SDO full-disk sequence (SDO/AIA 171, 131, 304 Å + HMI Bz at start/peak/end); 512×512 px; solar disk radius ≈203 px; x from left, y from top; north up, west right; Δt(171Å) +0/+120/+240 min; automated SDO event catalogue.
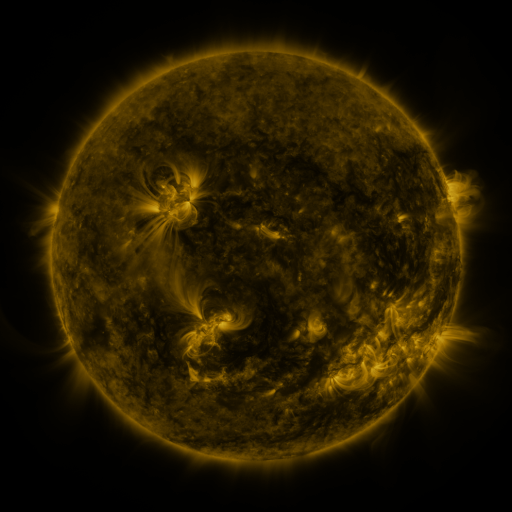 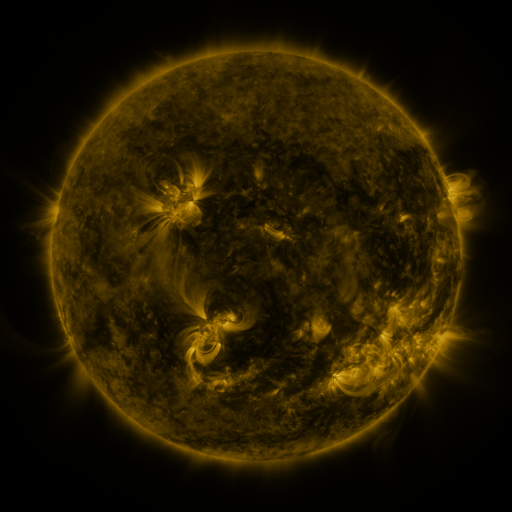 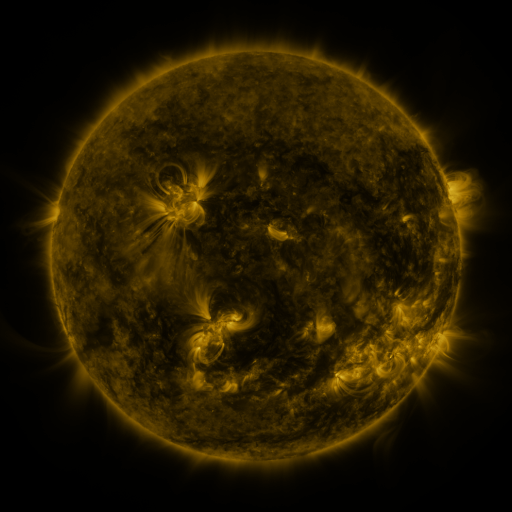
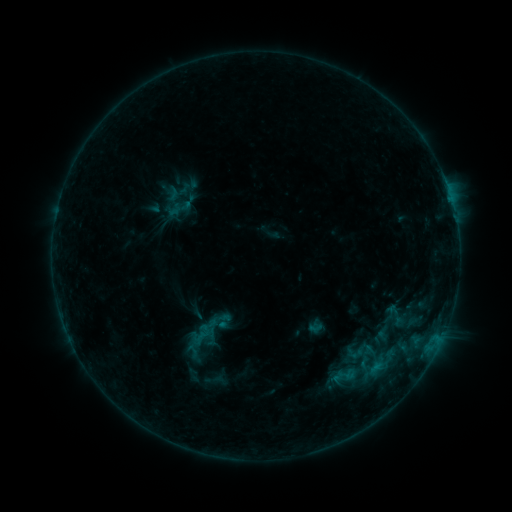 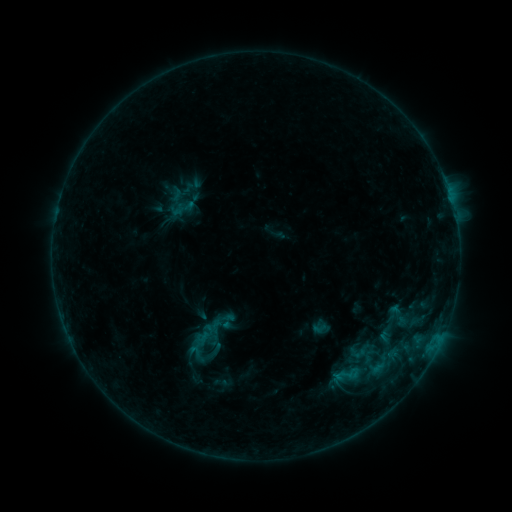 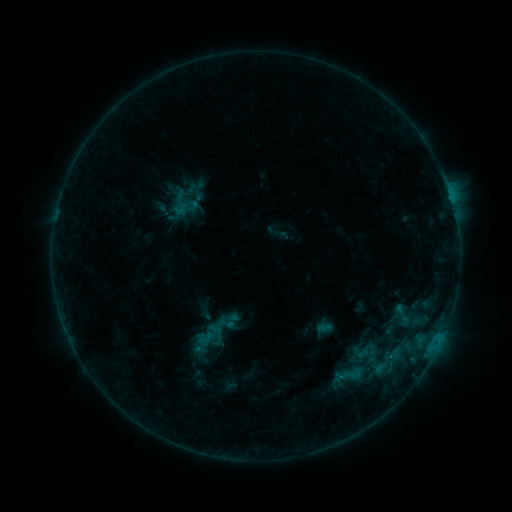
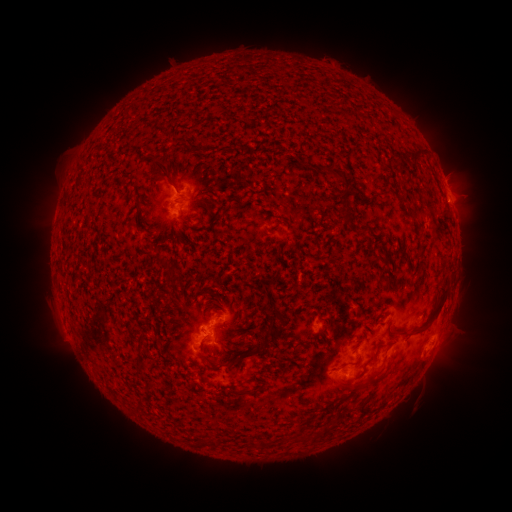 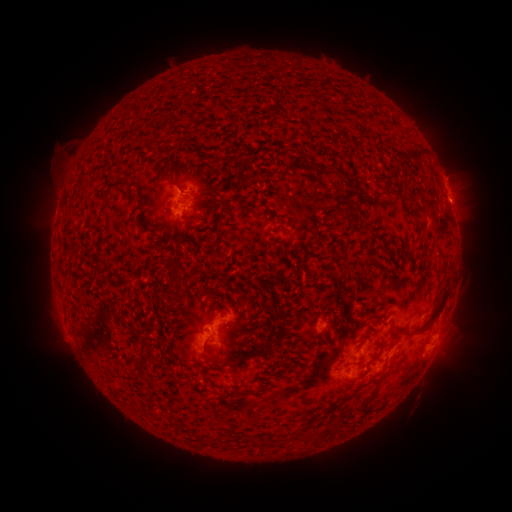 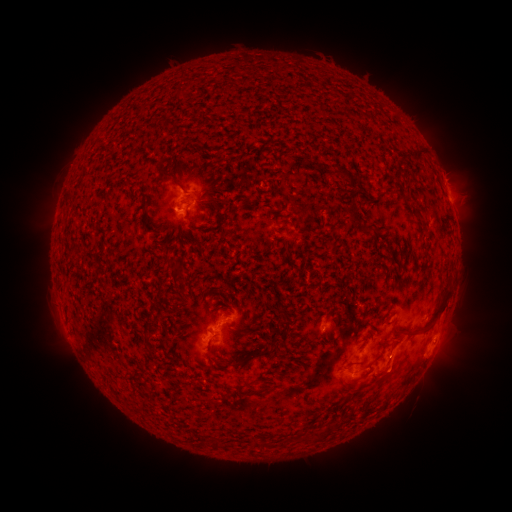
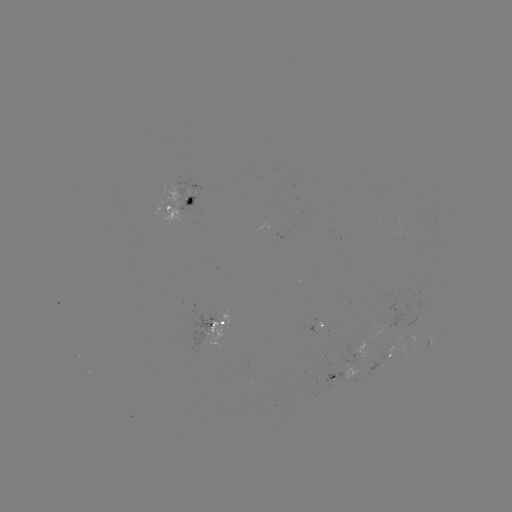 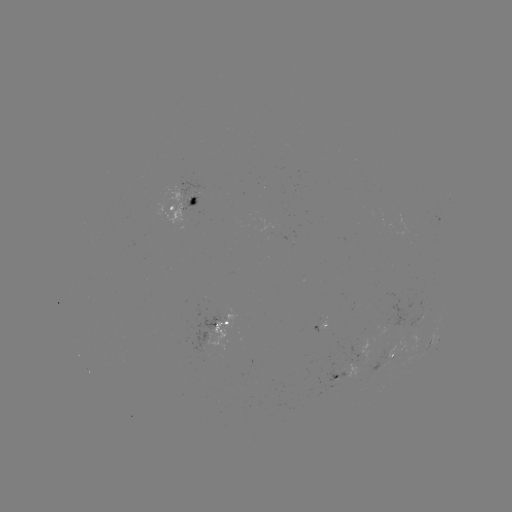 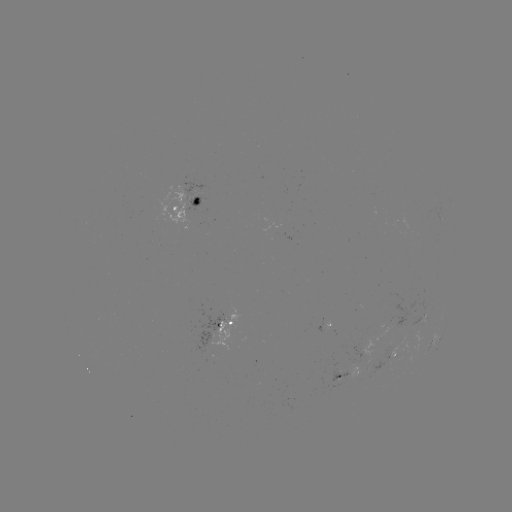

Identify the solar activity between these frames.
filament eruption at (42, 155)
